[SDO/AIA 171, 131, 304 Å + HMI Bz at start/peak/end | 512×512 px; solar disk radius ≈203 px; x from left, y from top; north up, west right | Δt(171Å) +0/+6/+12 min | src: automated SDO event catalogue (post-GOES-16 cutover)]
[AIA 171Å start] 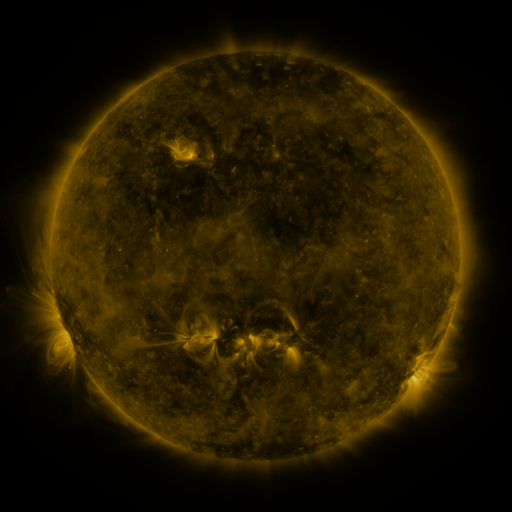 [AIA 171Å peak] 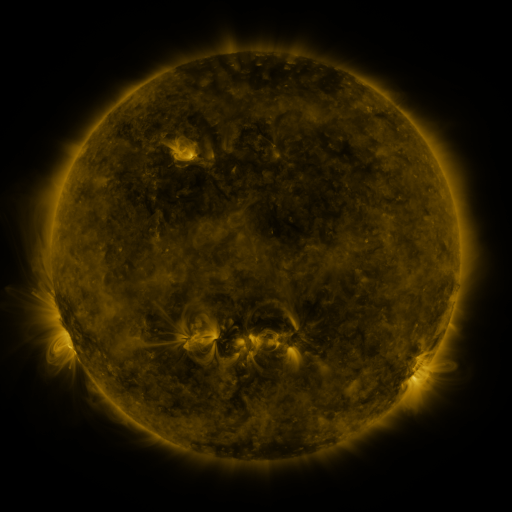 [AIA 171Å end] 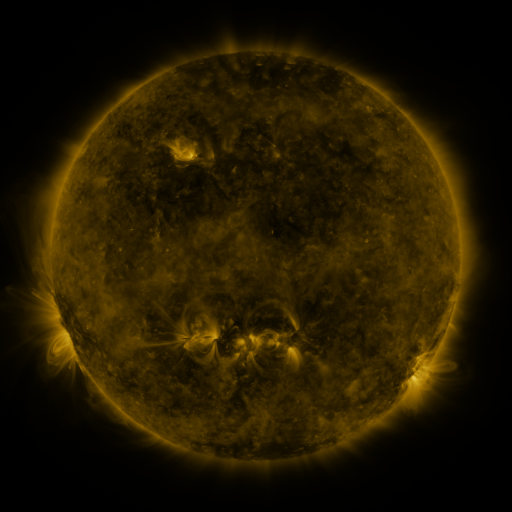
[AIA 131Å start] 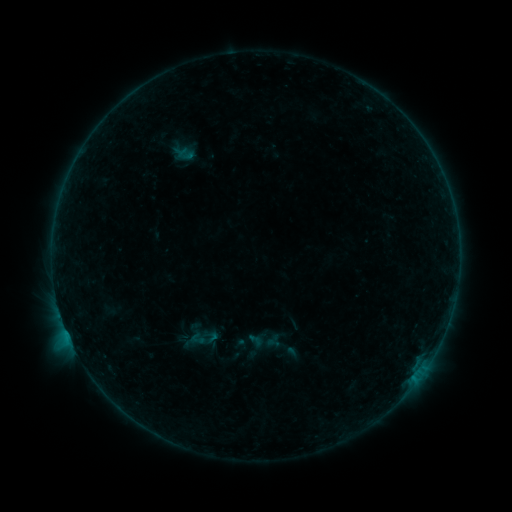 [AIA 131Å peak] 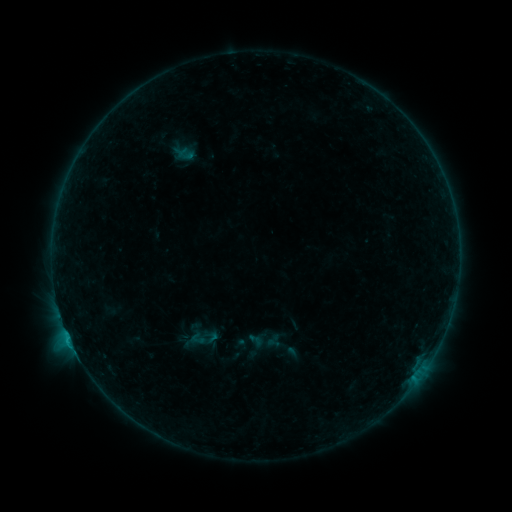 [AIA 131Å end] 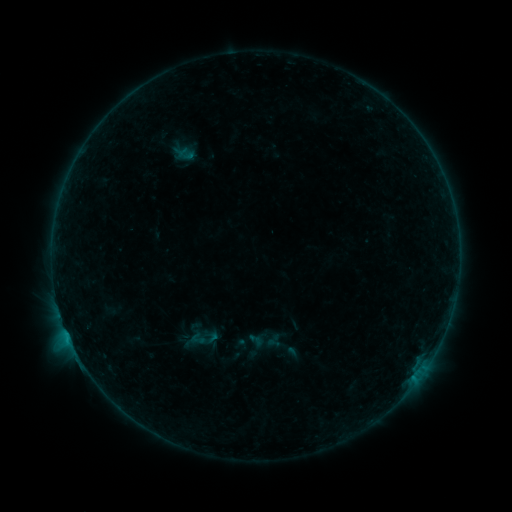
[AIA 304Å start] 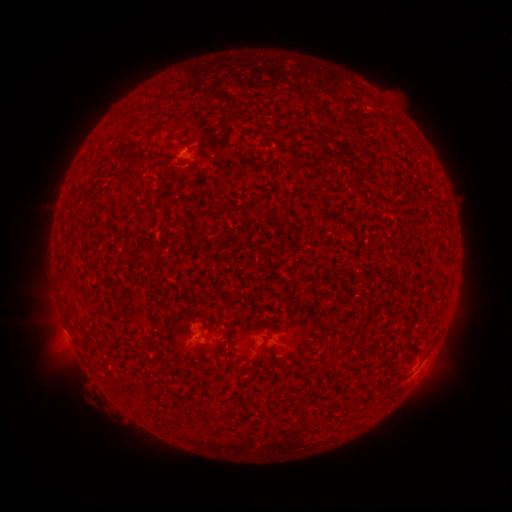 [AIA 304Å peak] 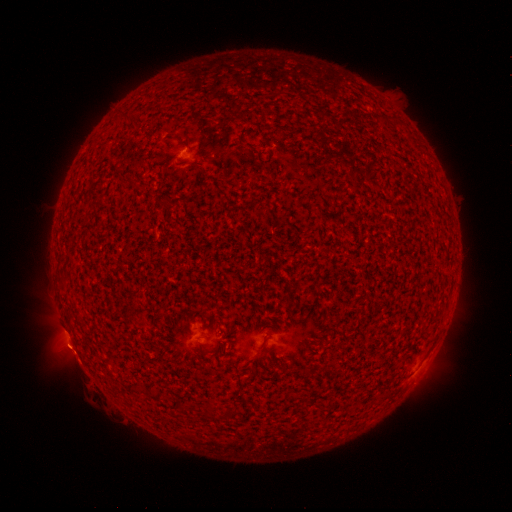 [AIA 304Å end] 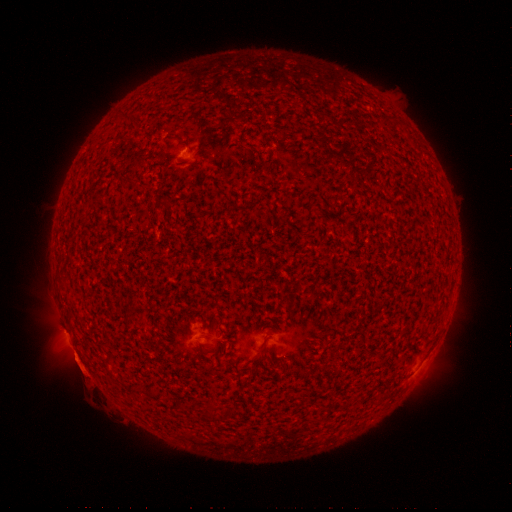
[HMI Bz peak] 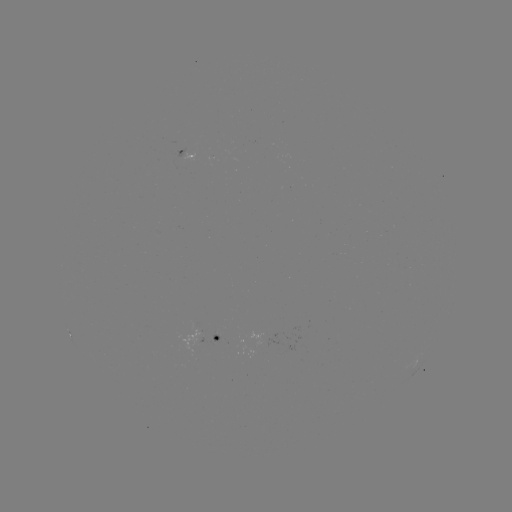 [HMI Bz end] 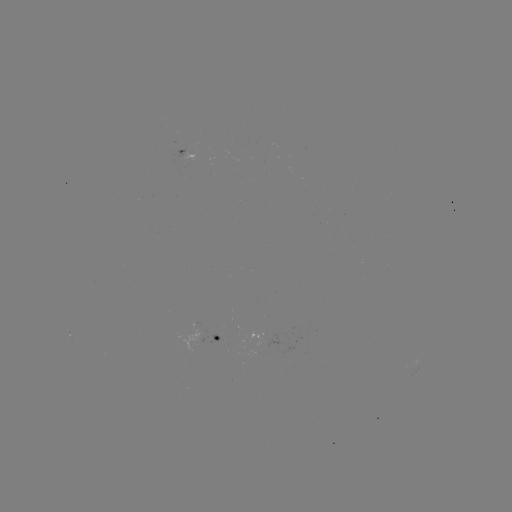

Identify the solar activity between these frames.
B7.4 flare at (70, 338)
